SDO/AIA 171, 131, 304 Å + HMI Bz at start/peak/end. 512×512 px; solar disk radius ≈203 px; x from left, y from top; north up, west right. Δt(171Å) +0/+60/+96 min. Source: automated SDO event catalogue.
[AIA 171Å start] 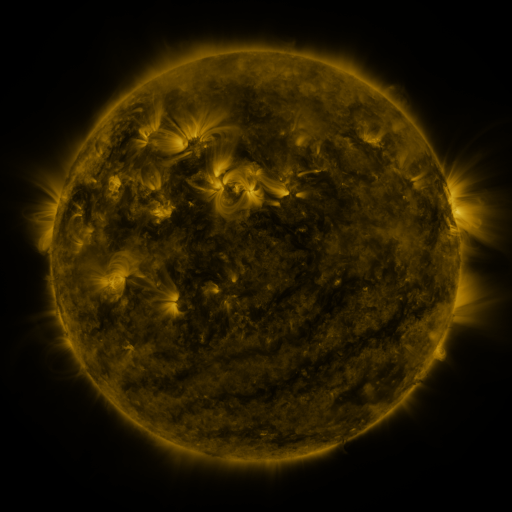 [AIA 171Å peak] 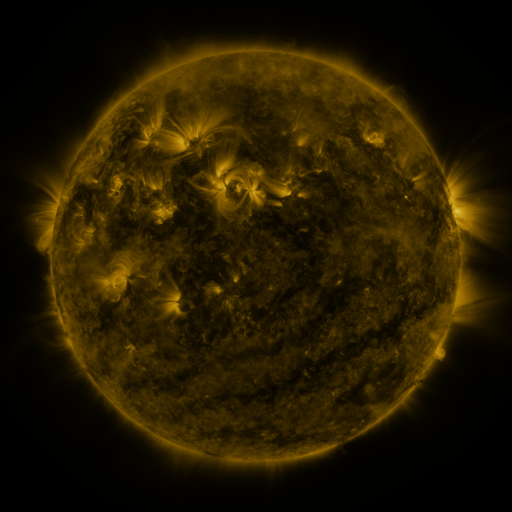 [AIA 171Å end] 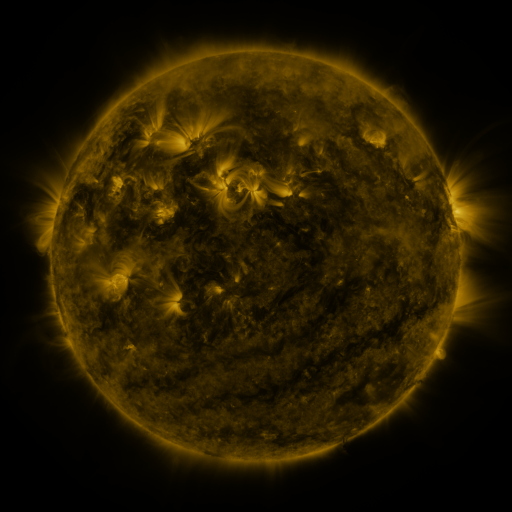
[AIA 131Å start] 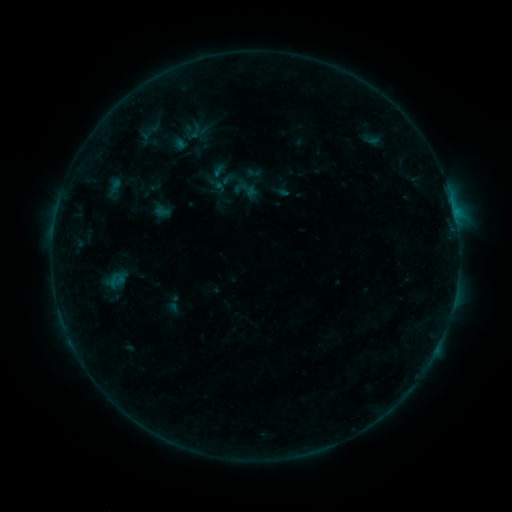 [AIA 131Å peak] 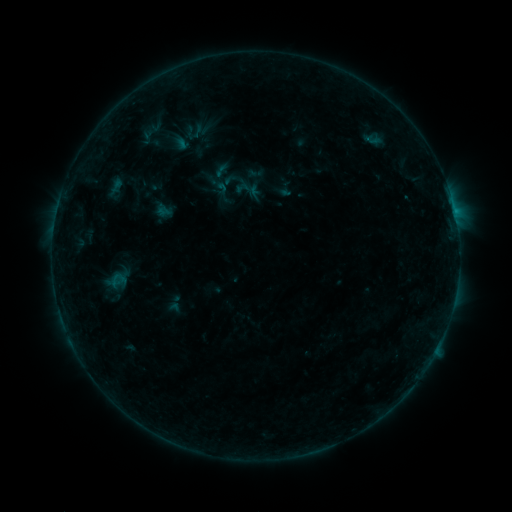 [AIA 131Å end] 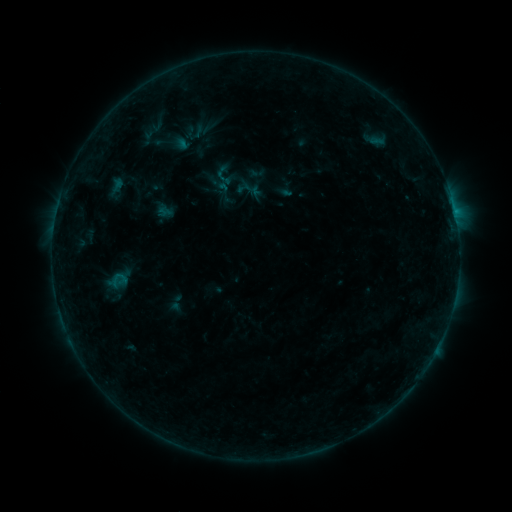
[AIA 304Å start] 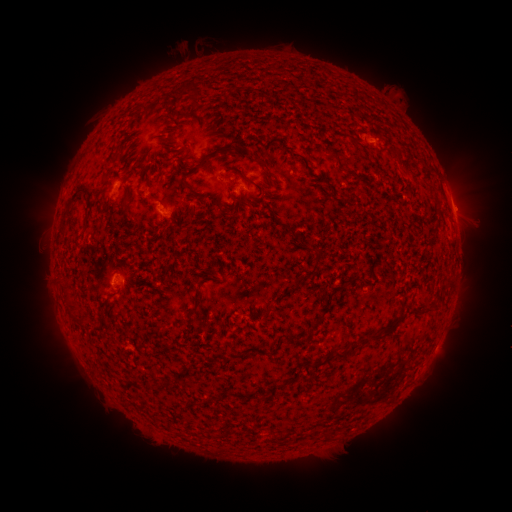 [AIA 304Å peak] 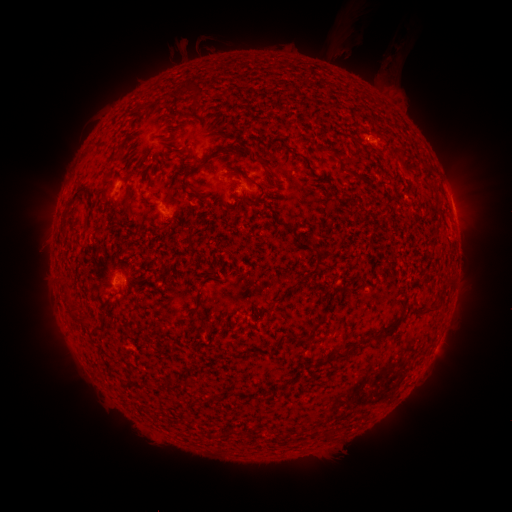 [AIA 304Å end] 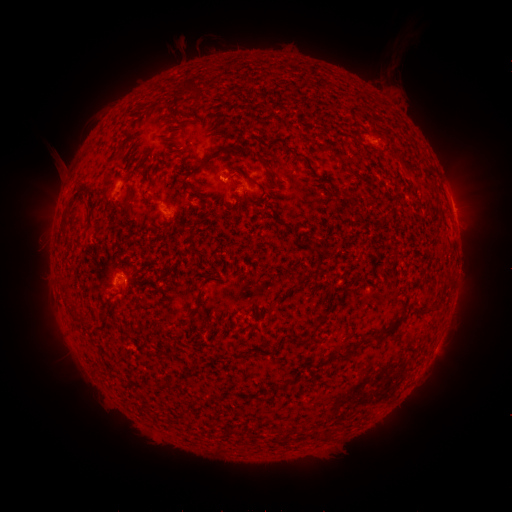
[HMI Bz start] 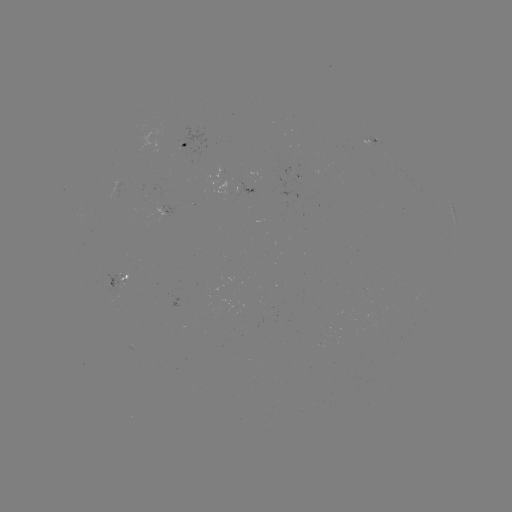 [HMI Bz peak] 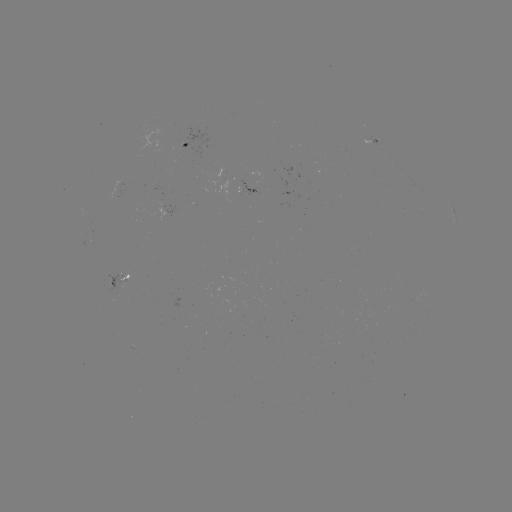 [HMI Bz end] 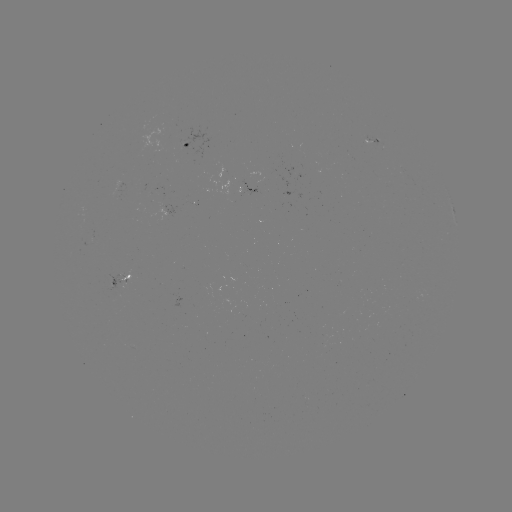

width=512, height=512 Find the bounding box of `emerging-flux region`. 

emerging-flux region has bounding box [103, 275, 125, 295].